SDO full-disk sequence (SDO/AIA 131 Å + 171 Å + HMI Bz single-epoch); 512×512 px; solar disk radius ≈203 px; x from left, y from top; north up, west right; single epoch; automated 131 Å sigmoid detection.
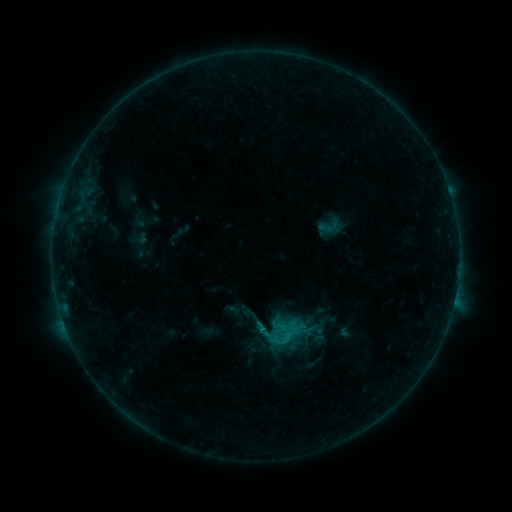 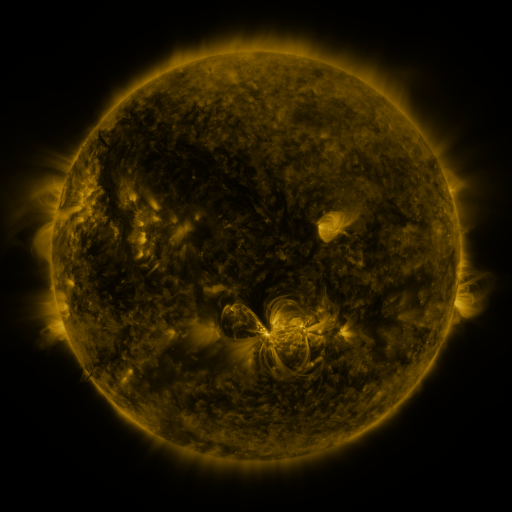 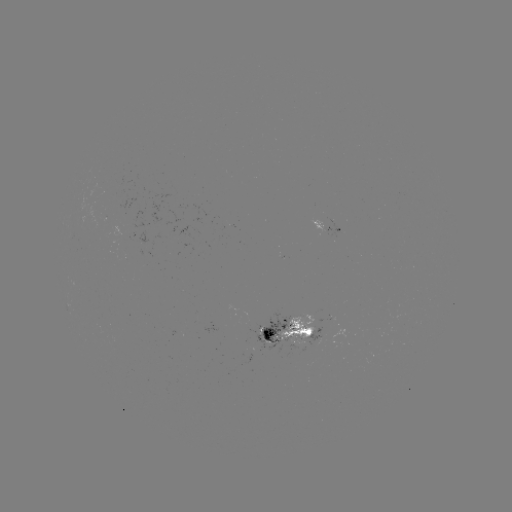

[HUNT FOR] sigmoid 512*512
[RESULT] (284, 333)